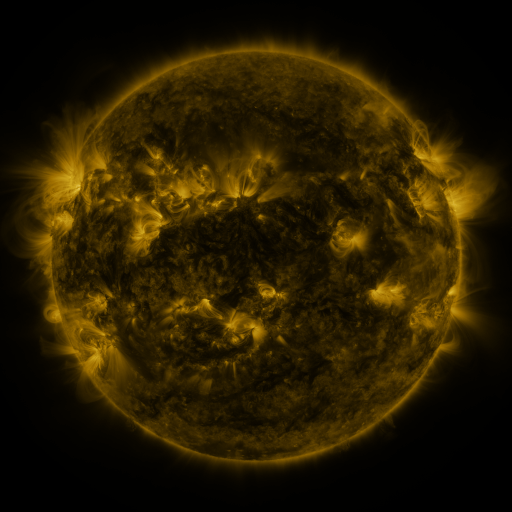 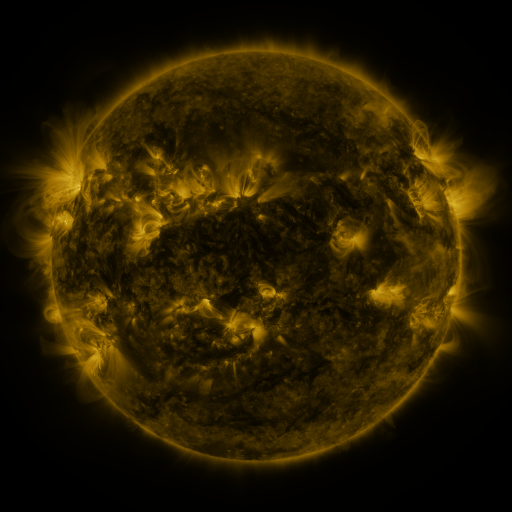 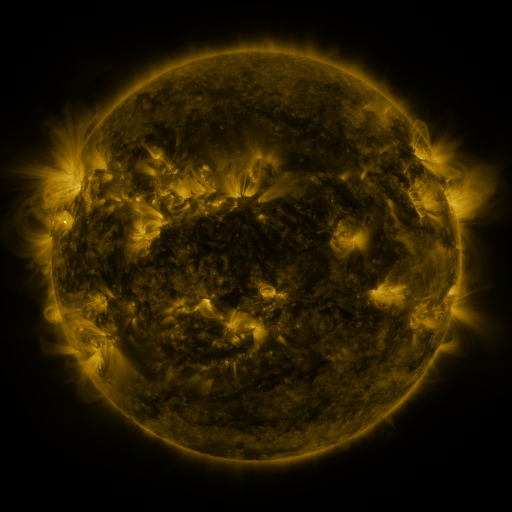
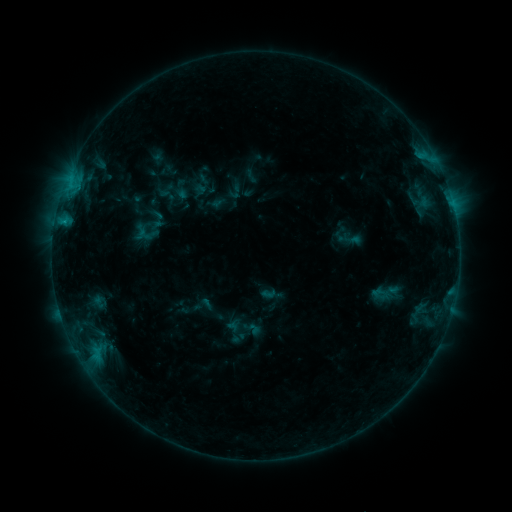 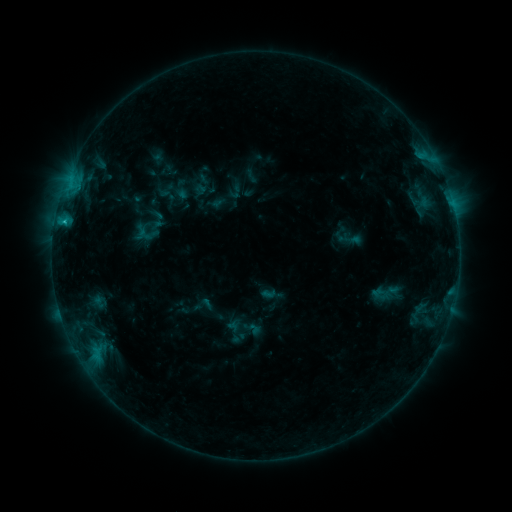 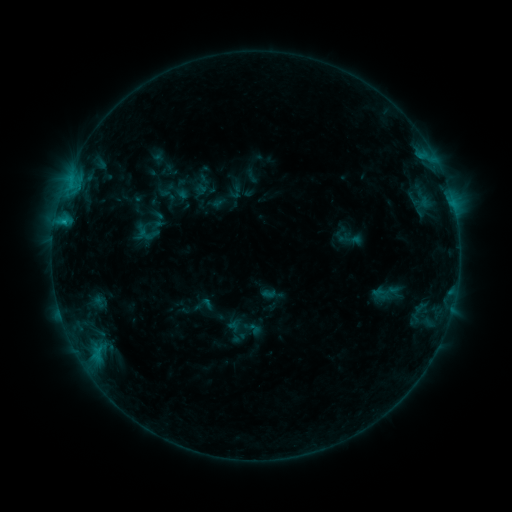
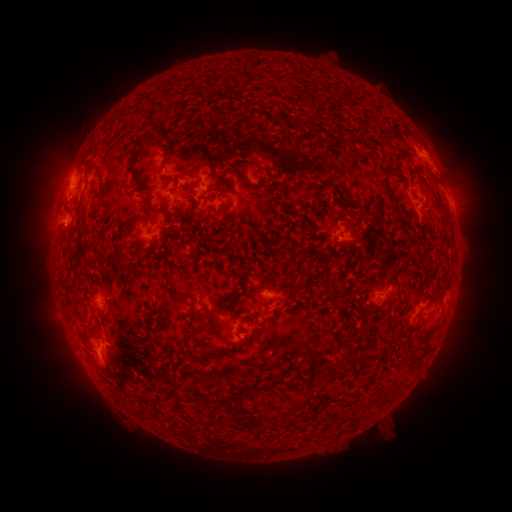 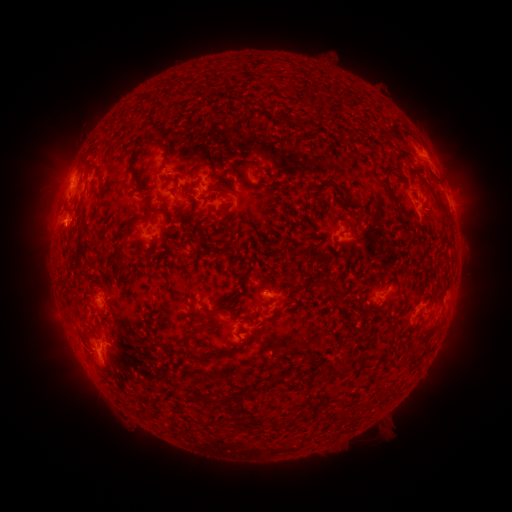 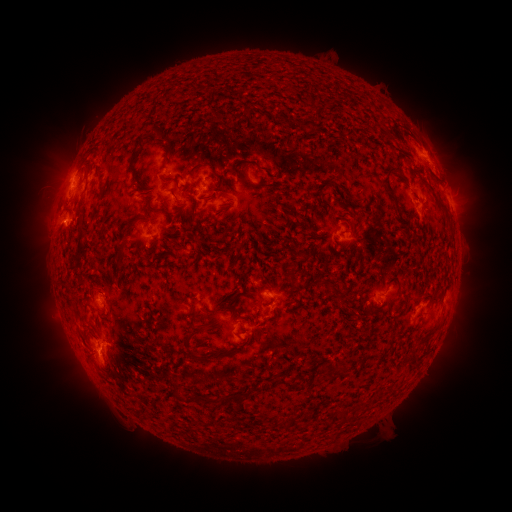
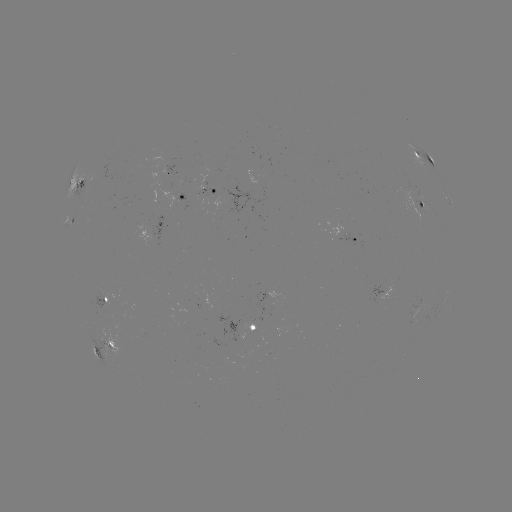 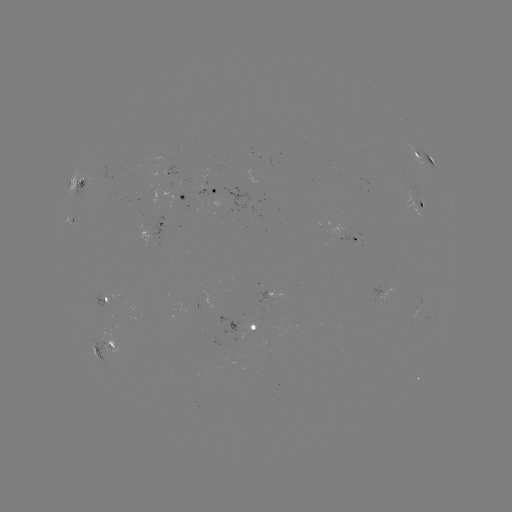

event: flare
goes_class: C1.2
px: (64, 223)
